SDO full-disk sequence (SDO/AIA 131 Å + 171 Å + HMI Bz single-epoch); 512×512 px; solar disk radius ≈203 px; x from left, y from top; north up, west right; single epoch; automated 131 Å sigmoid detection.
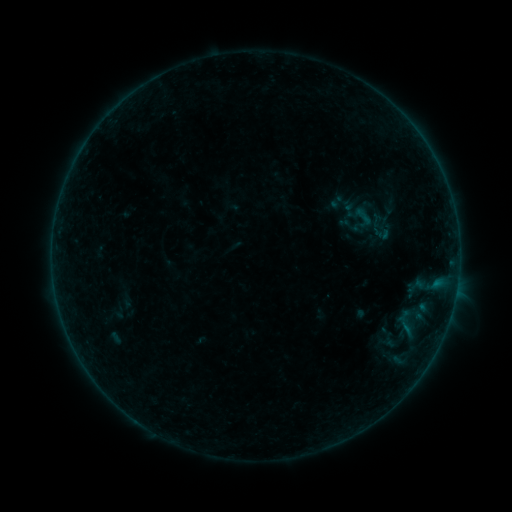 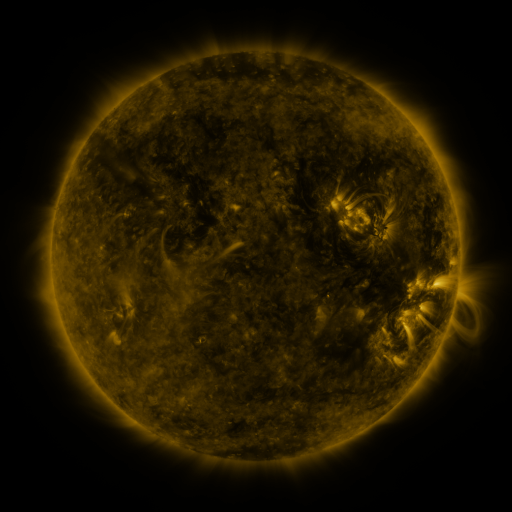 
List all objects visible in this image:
sigmoid: [349, 205, 377, 227]
